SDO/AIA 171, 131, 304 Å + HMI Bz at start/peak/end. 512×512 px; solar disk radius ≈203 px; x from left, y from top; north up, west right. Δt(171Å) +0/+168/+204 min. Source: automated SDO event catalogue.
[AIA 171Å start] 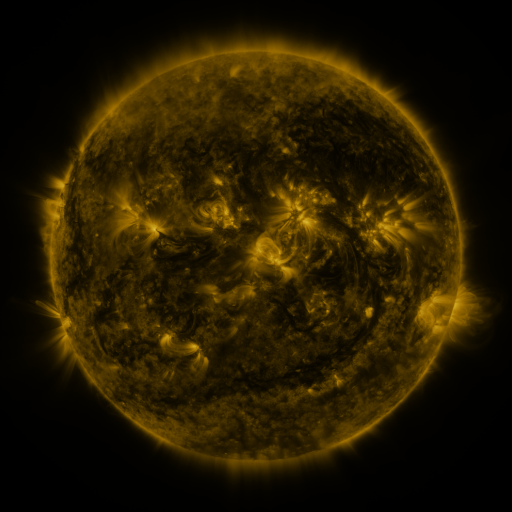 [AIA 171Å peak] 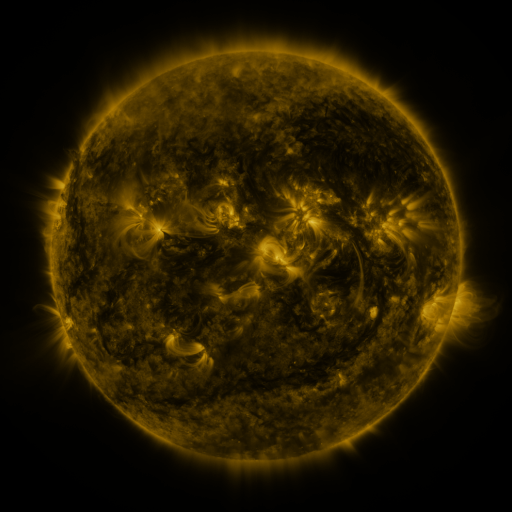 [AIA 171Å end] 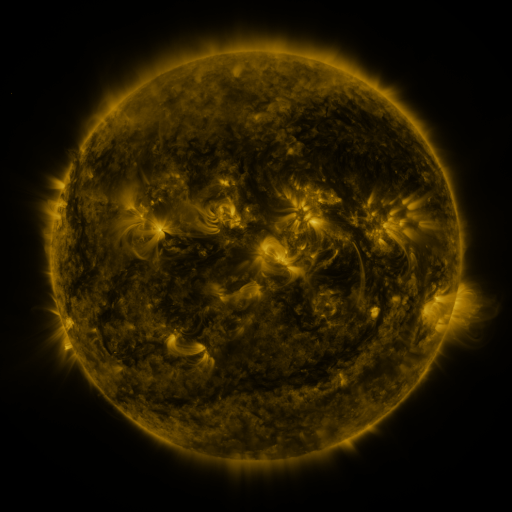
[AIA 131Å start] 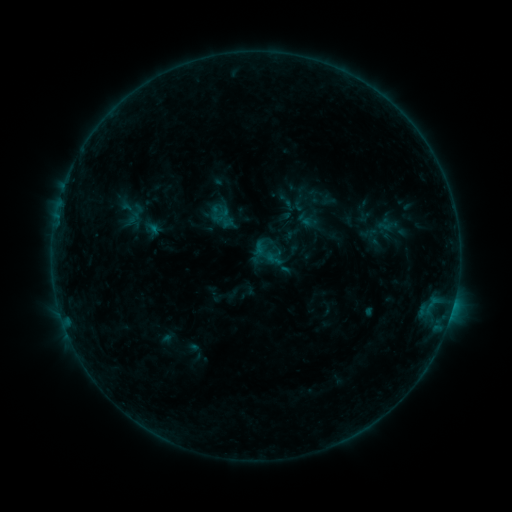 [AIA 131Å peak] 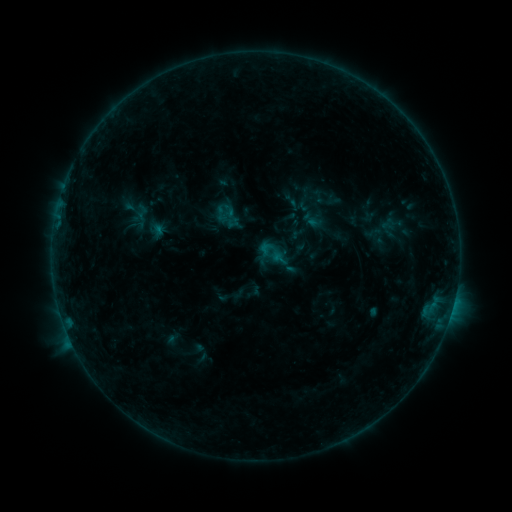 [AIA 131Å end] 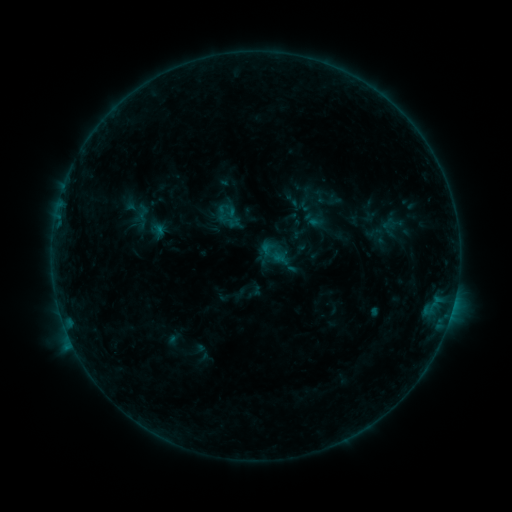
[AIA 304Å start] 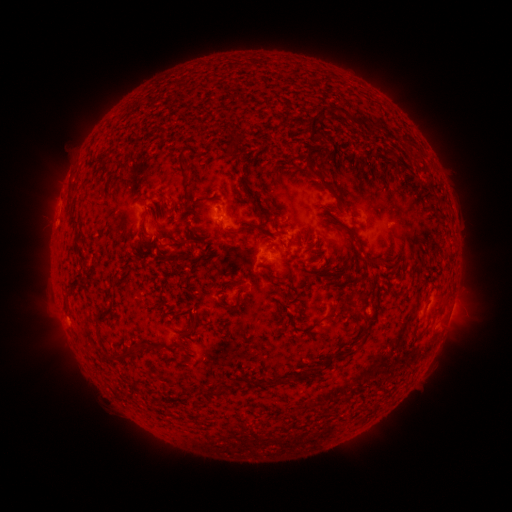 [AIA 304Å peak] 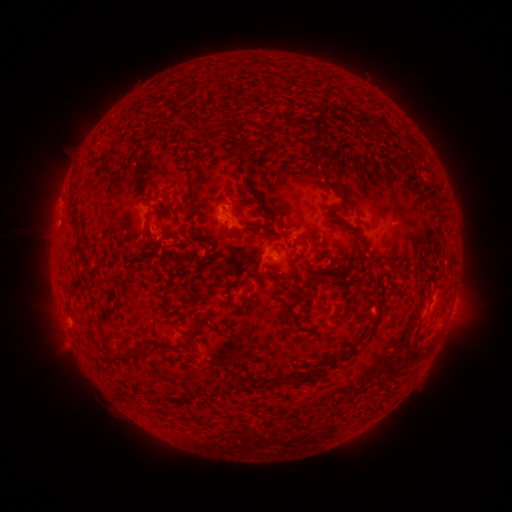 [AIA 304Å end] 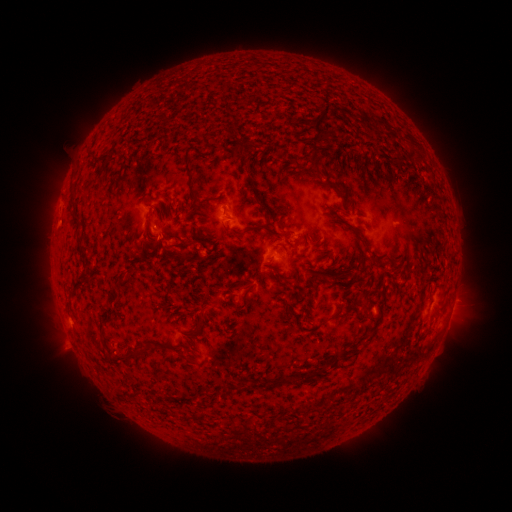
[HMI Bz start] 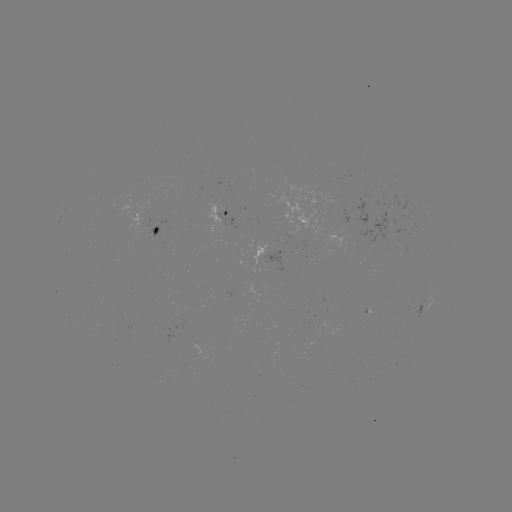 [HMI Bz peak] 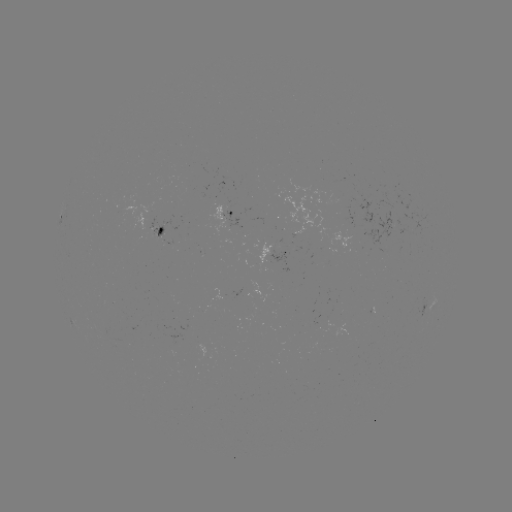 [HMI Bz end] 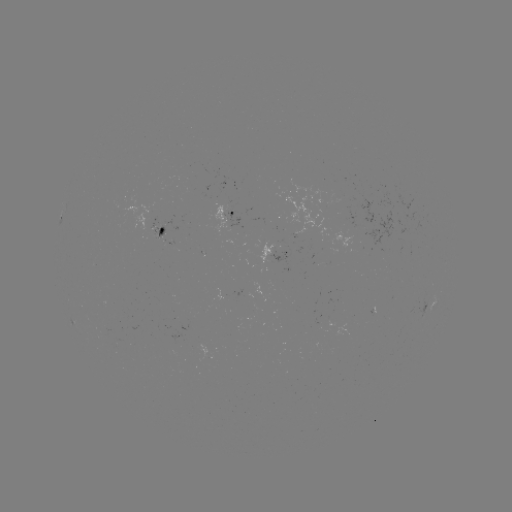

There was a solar emerging-flux region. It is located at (158, 232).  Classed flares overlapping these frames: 1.